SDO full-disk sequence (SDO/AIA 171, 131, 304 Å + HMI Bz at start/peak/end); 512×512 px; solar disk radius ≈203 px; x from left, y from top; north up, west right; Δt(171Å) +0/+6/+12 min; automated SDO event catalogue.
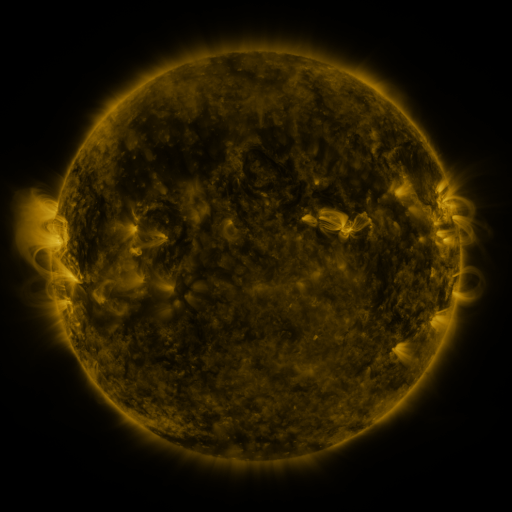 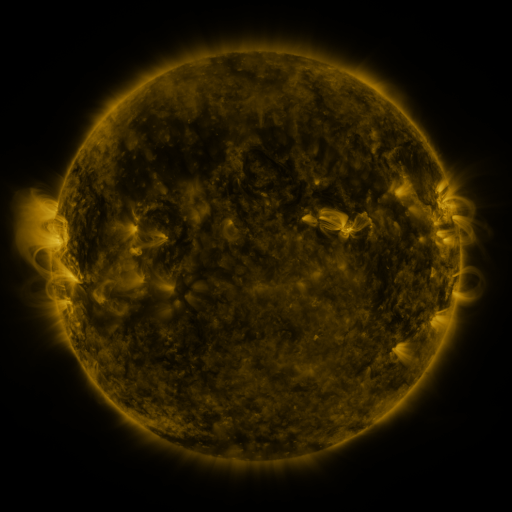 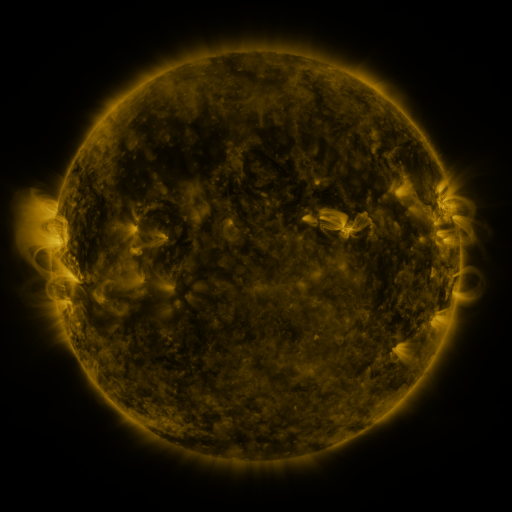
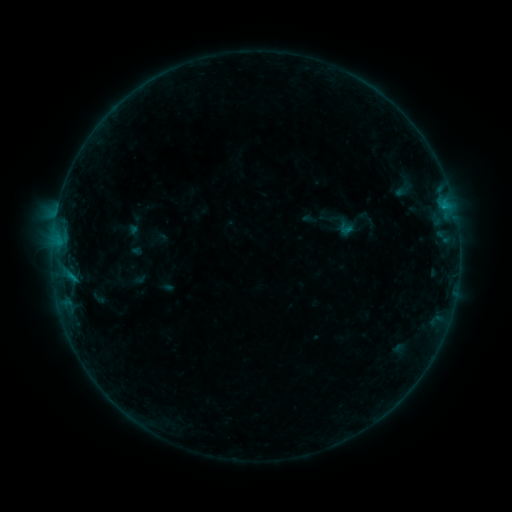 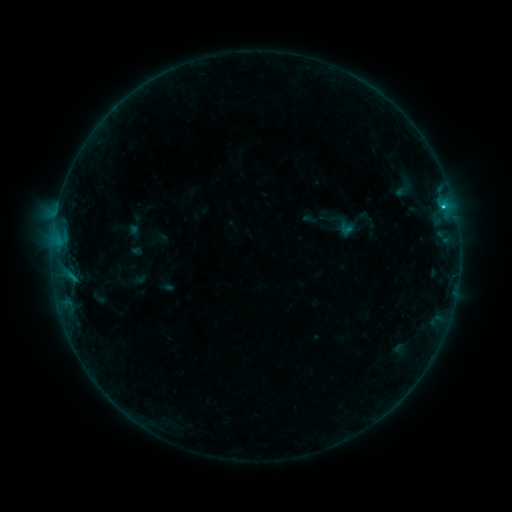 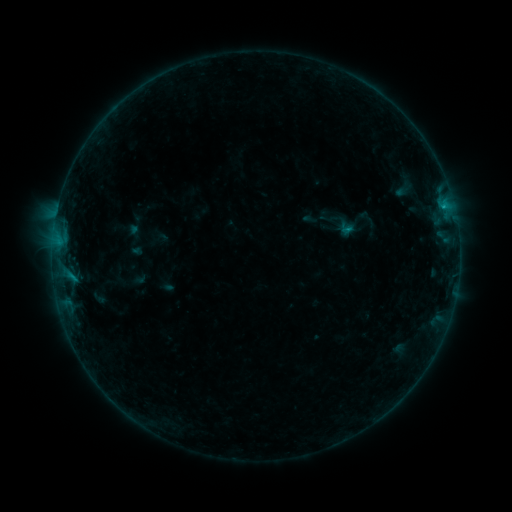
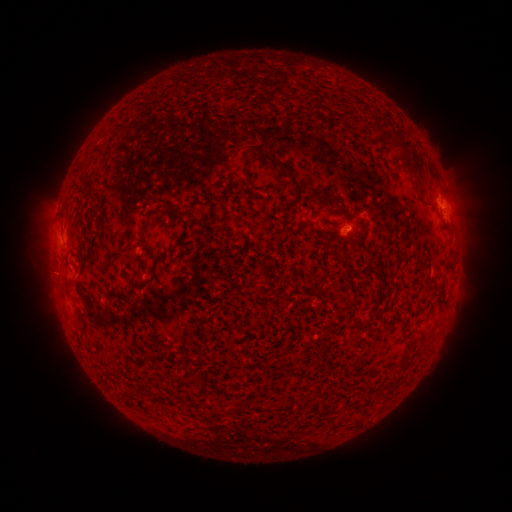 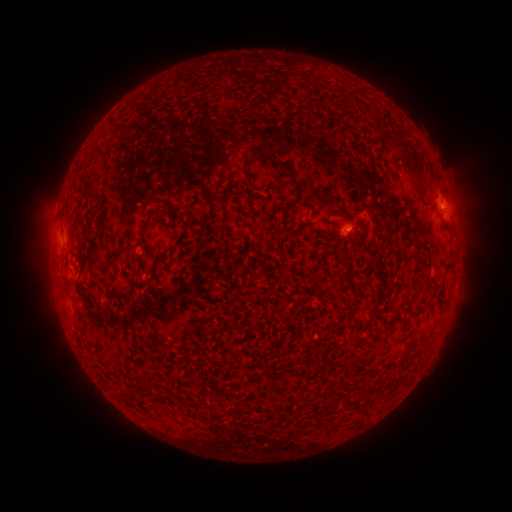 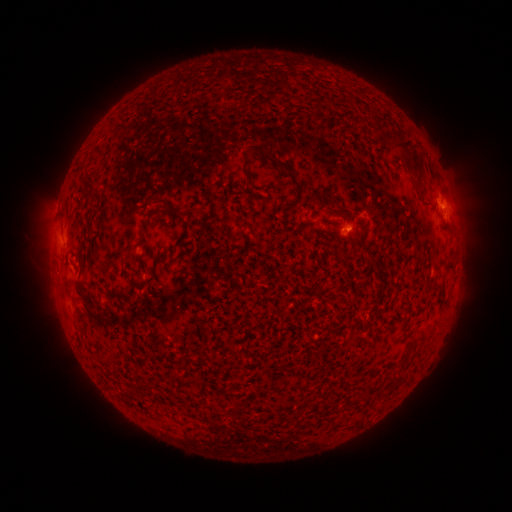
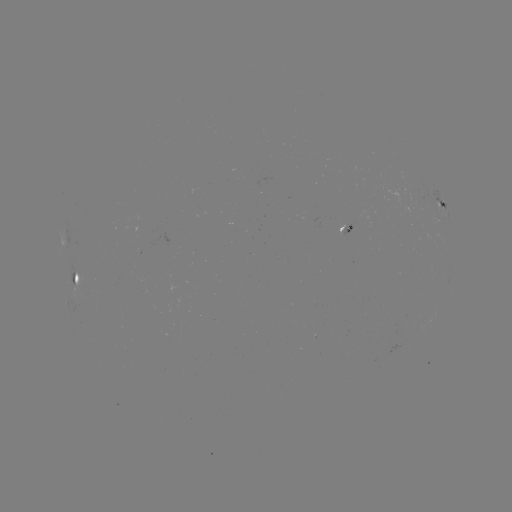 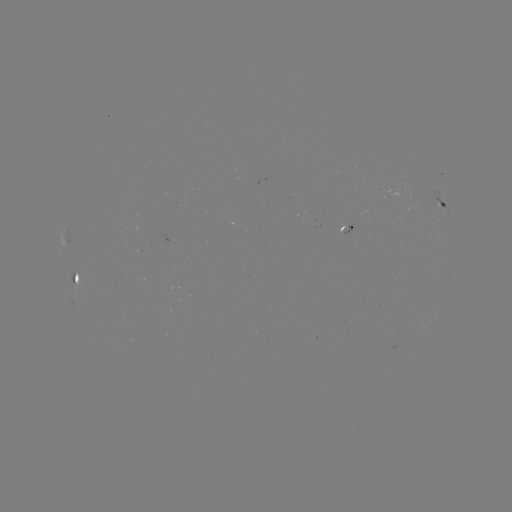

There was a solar flare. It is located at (442, 207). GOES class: B5.9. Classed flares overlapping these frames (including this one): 1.